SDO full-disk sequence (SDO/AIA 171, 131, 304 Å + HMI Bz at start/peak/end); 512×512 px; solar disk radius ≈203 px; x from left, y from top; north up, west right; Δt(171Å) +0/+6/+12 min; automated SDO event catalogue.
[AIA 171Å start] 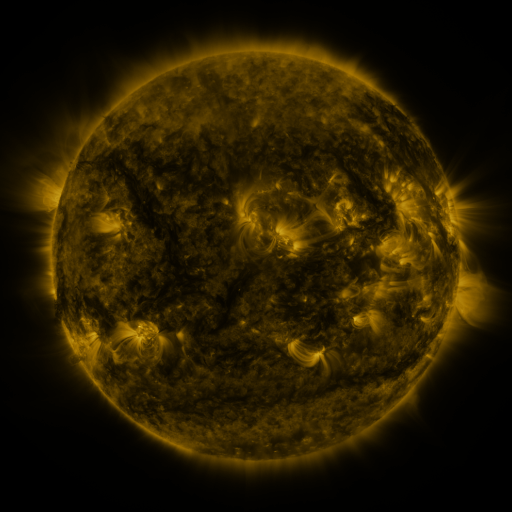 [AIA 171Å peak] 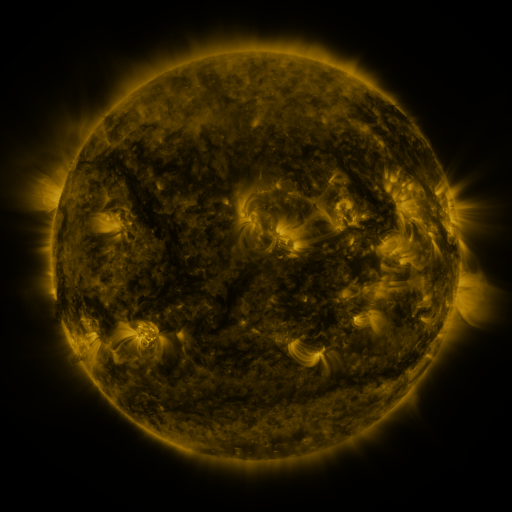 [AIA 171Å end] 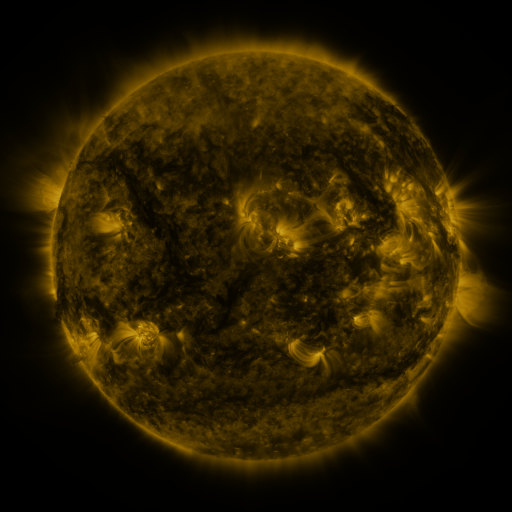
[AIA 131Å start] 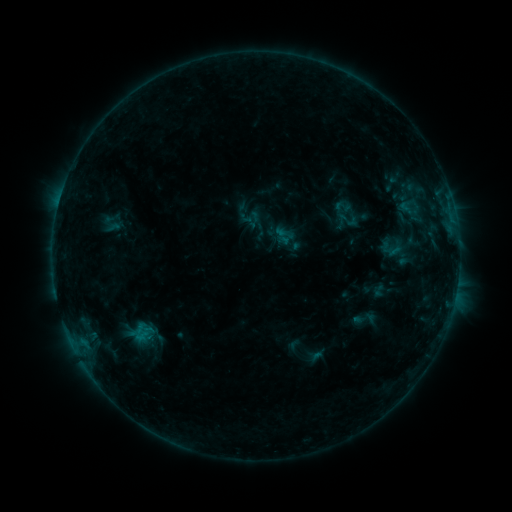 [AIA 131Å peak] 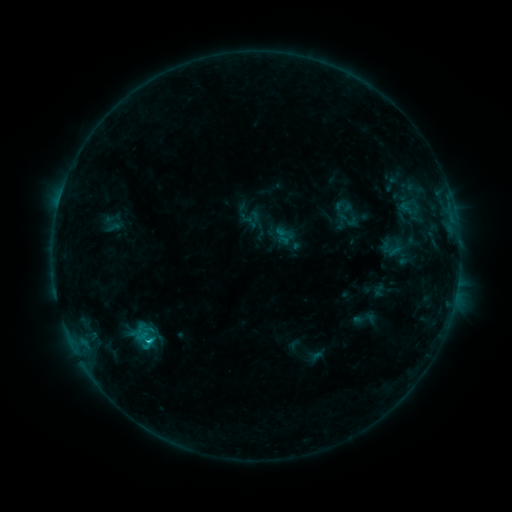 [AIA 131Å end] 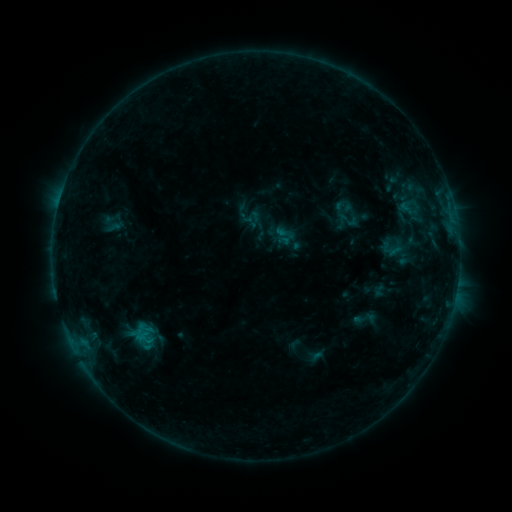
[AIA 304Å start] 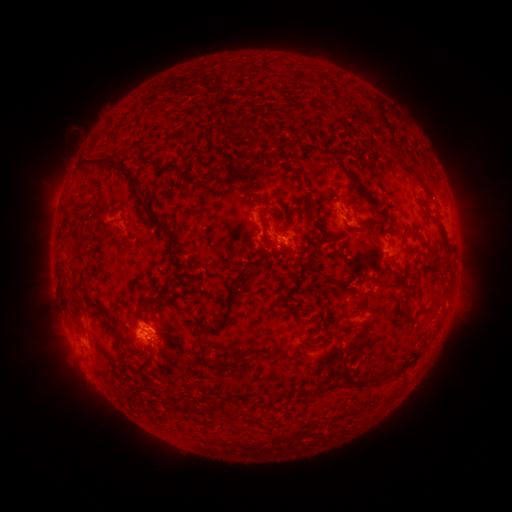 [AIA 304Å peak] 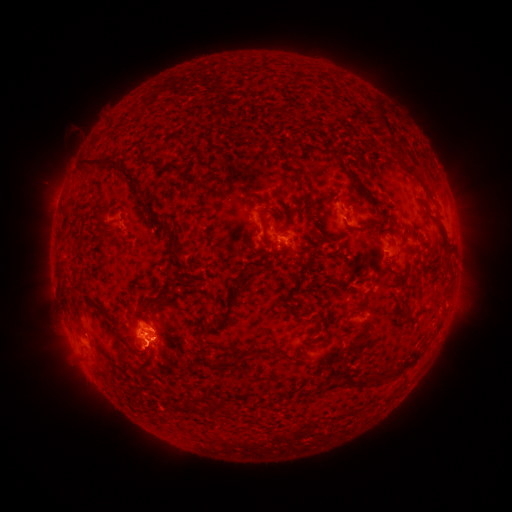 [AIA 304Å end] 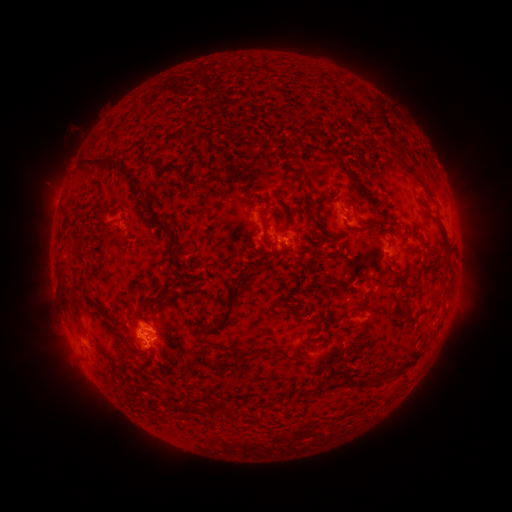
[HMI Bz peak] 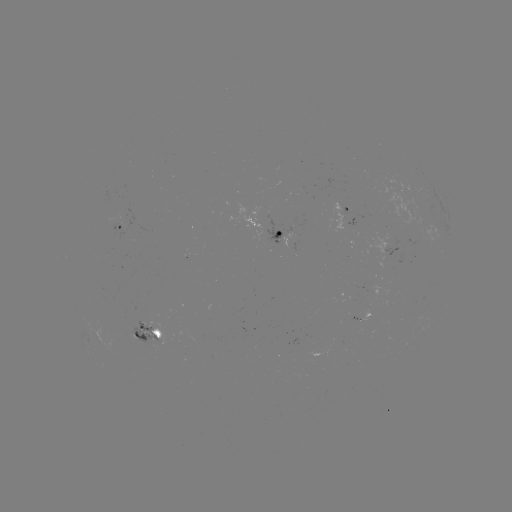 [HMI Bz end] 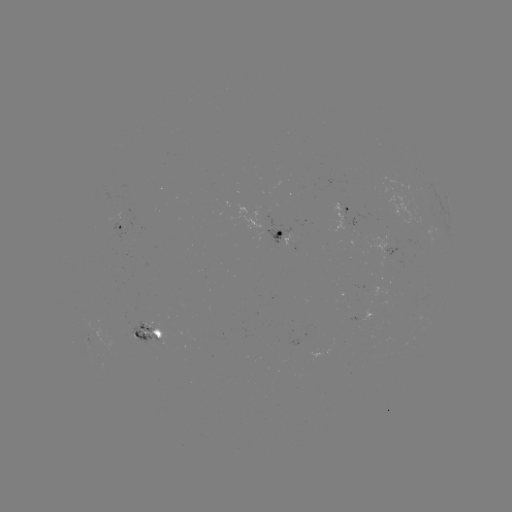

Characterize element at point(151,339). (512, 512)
B7.3 flare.